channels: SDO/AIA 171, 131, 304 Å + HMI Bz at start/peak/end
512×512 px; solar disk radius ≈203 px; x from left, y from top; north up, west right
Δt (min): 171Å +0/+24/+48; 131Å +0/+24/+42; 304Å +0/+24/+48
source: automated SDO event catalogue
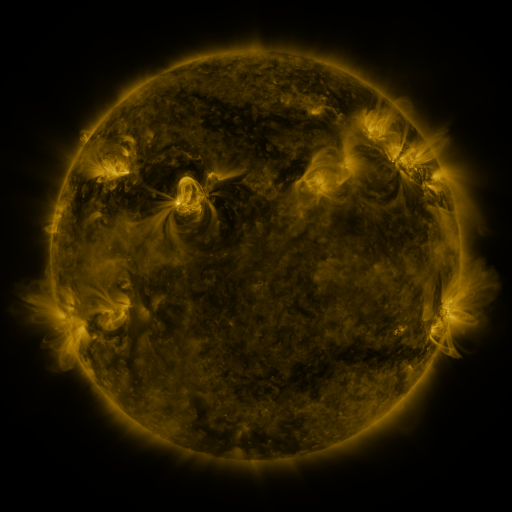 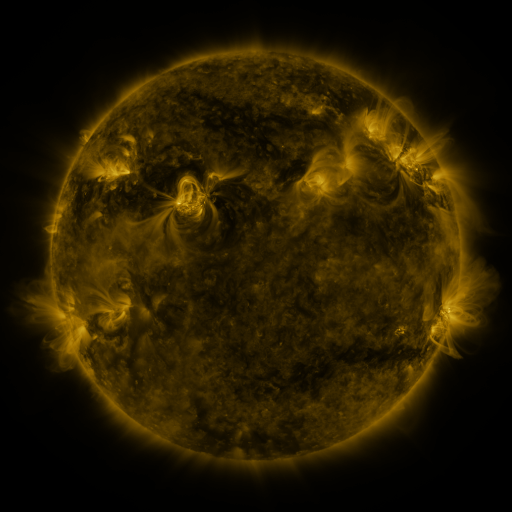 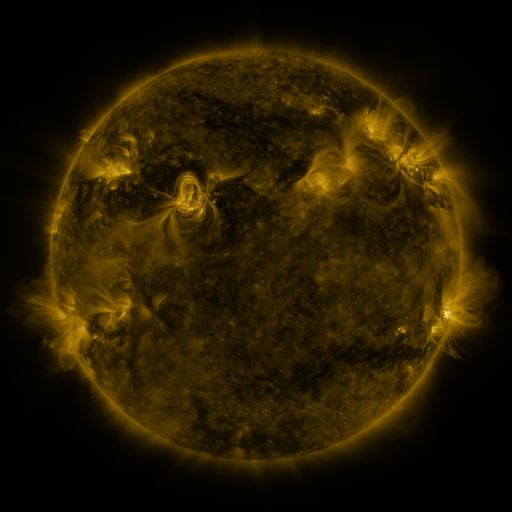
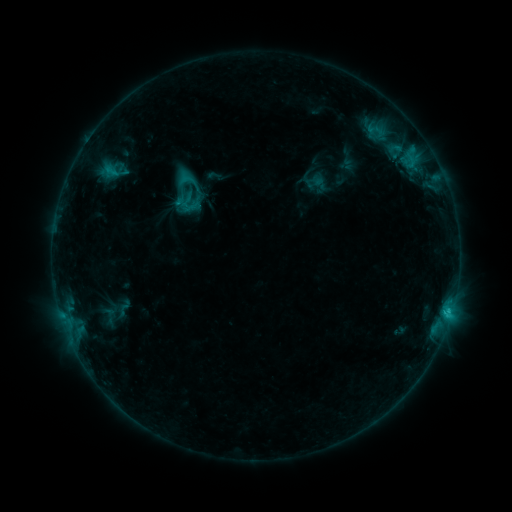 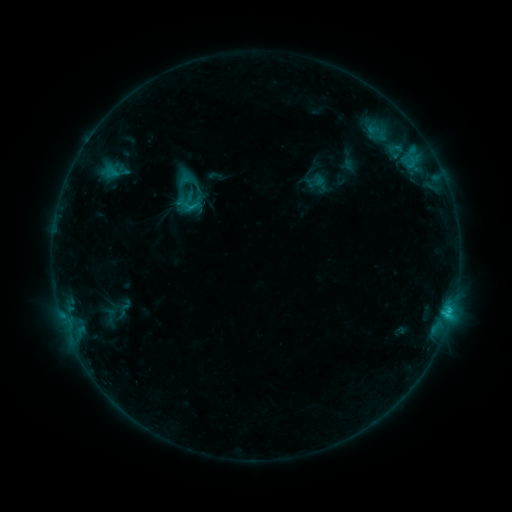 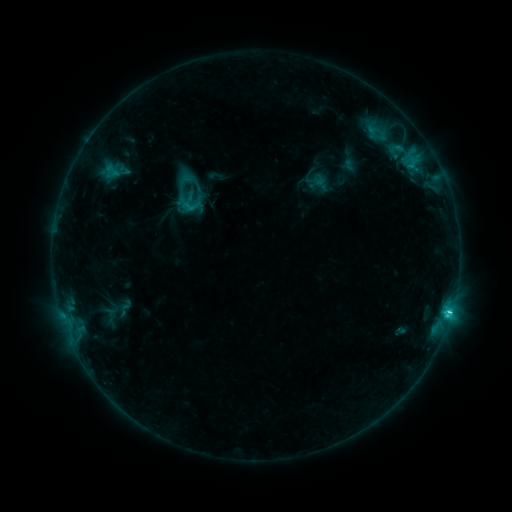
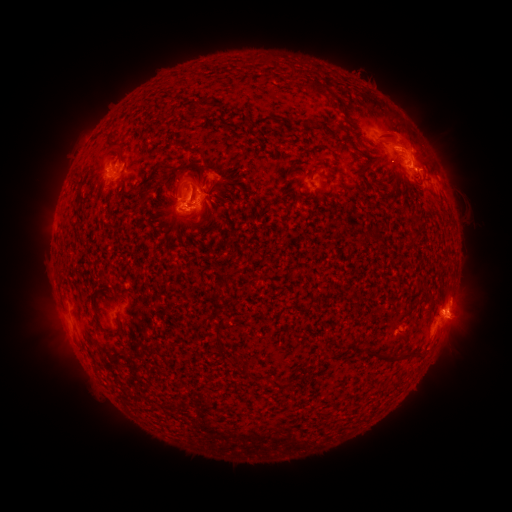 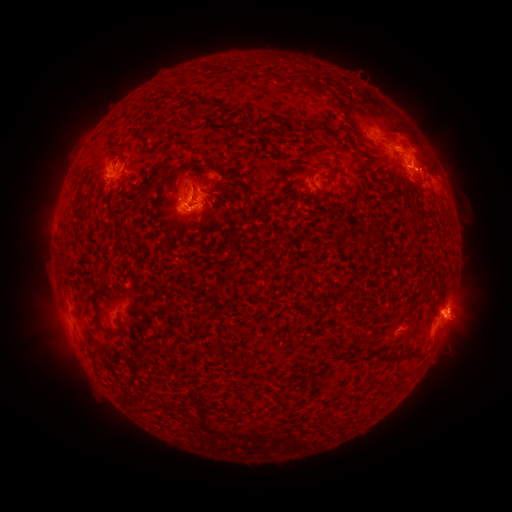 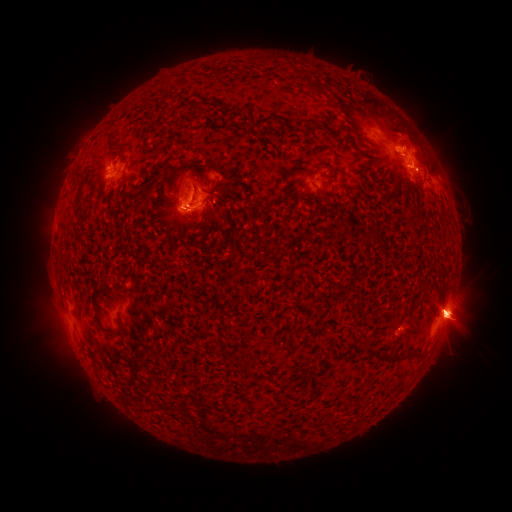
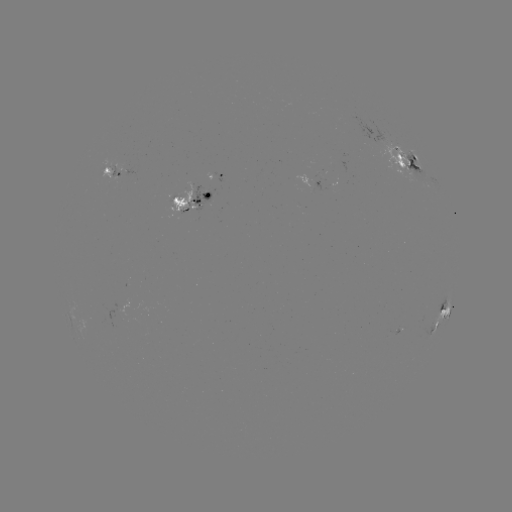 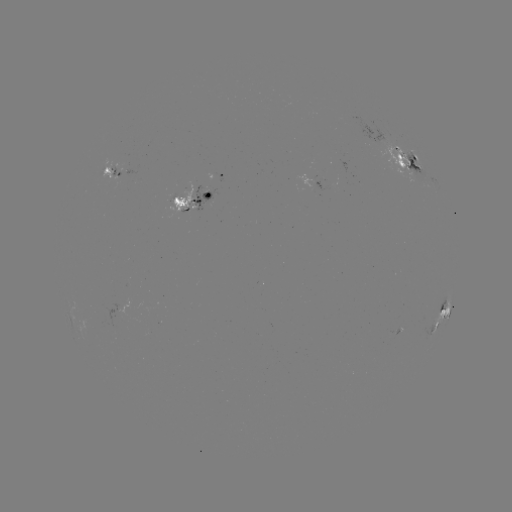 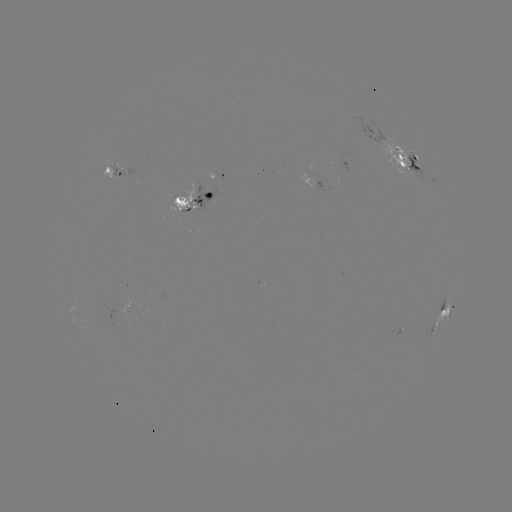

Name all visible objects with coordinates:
emerging-flux region: (184, 205)
